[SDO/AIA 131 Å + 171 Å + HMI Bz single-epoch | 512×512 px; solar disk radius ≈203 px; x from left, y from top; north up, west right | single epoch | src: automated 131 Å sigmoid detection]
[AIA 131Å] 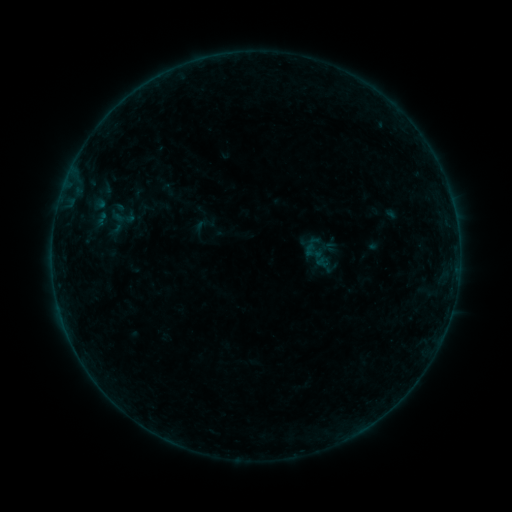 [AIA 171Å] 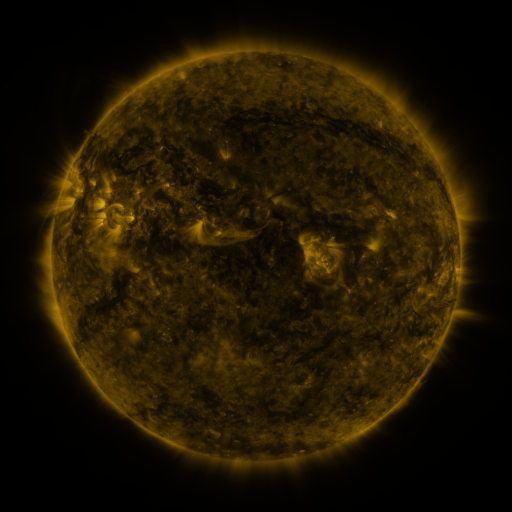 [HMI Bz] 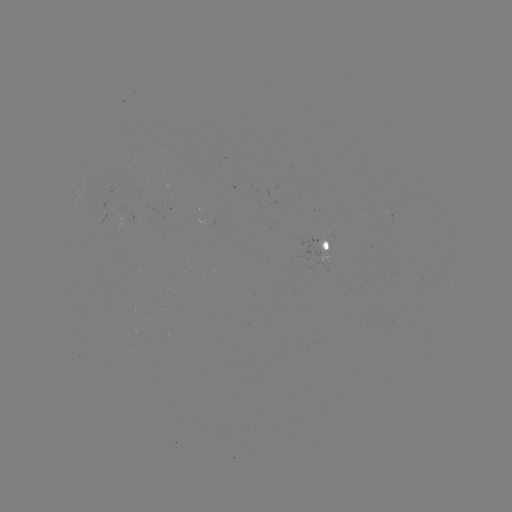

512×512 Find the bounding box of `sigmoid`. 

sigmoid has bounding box [192, 216, 210, 235].